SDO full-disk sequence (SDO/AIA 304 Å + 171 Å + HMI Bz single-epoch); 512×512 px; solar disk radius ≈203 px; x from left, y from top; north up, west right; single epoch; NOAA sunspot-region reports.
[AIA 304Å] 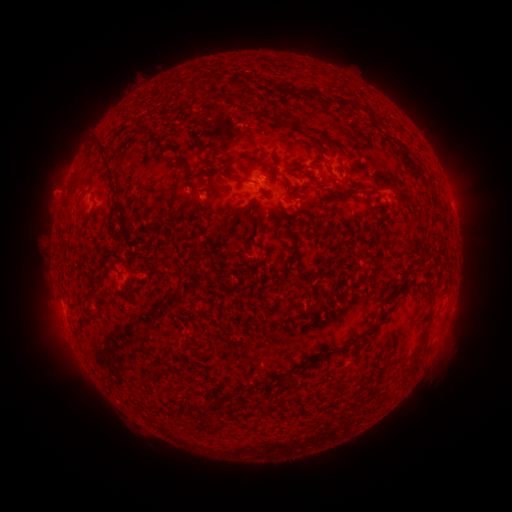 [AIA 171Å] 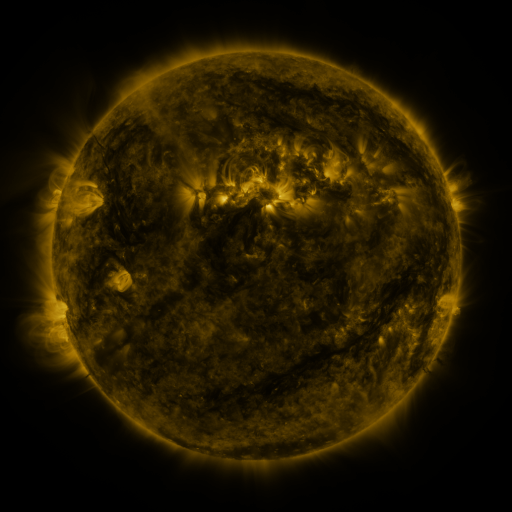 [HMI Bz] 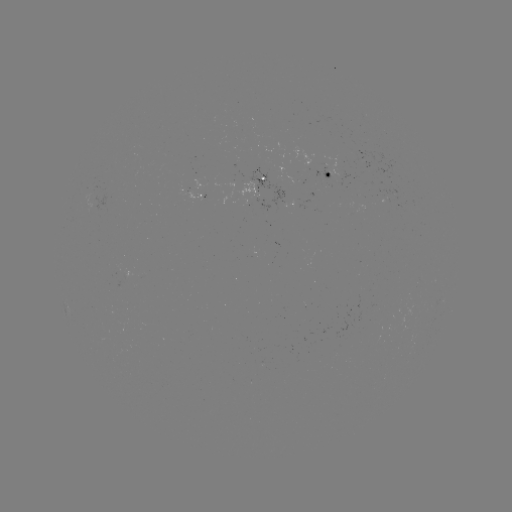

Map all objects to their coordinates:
spotted active region: (325, 173)
spotted active region: (259, 178)
